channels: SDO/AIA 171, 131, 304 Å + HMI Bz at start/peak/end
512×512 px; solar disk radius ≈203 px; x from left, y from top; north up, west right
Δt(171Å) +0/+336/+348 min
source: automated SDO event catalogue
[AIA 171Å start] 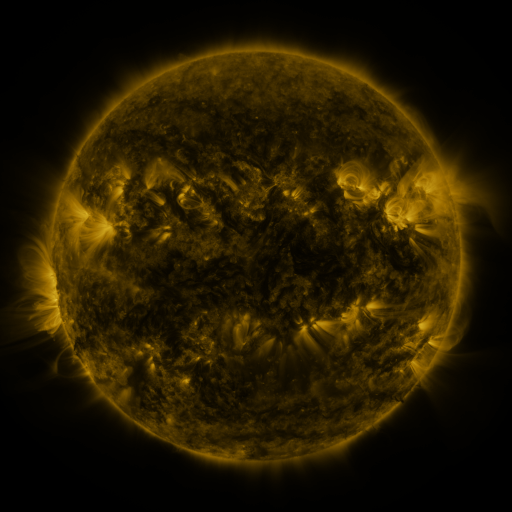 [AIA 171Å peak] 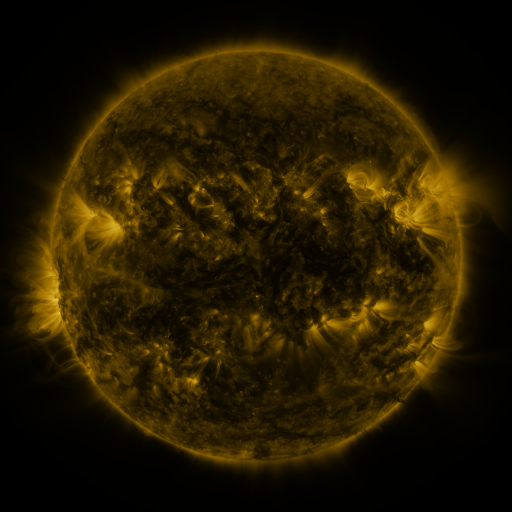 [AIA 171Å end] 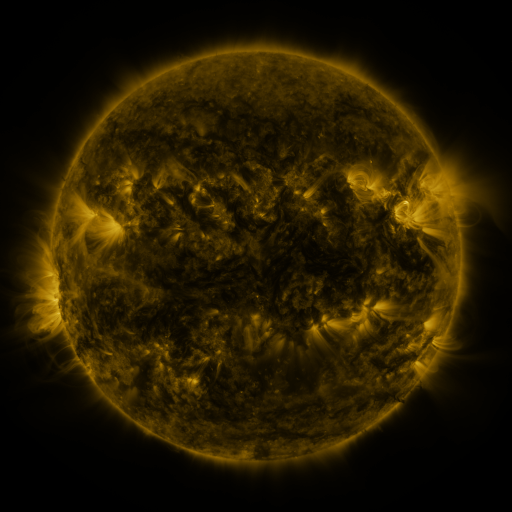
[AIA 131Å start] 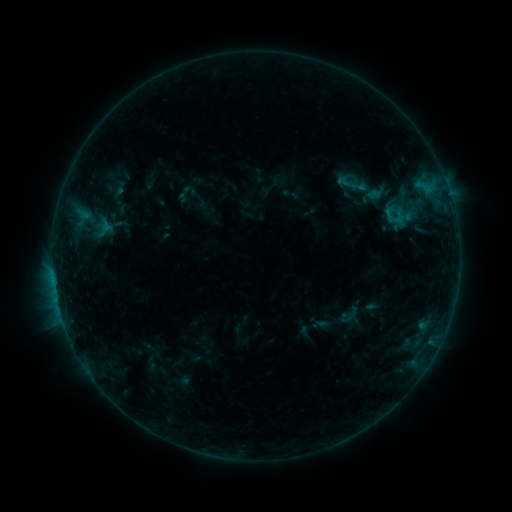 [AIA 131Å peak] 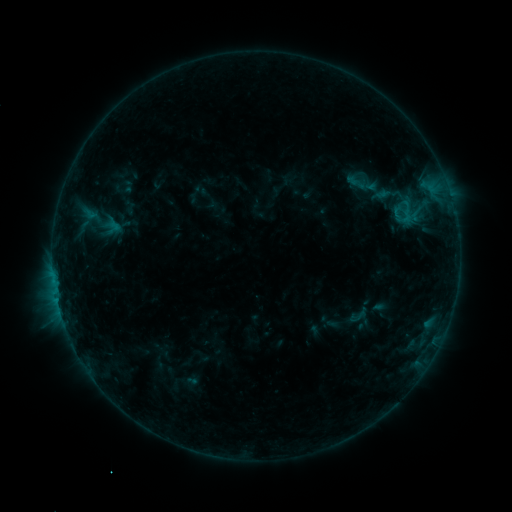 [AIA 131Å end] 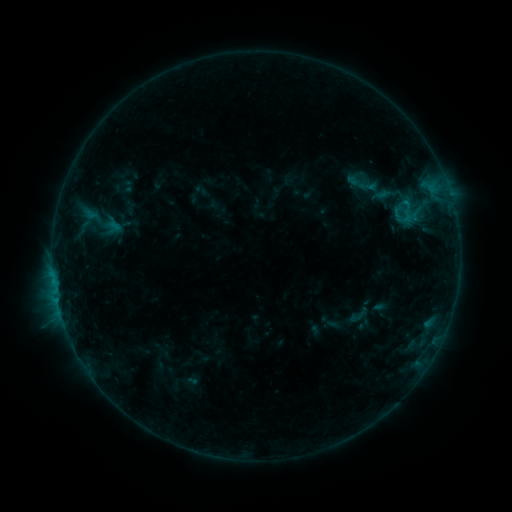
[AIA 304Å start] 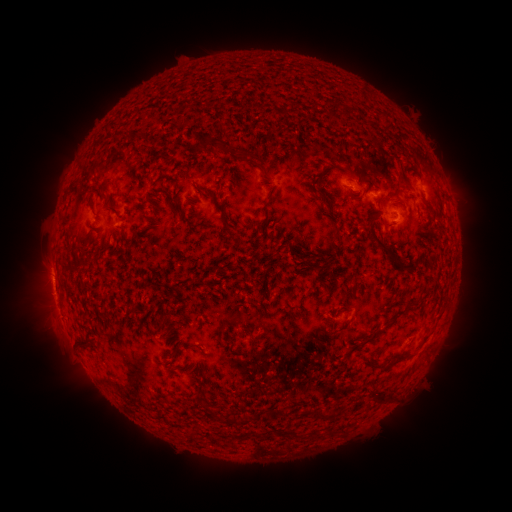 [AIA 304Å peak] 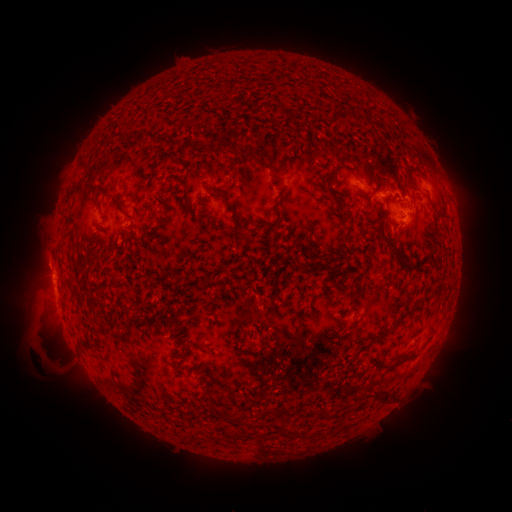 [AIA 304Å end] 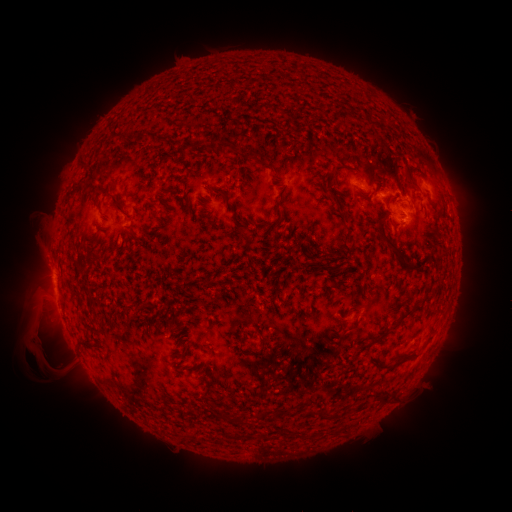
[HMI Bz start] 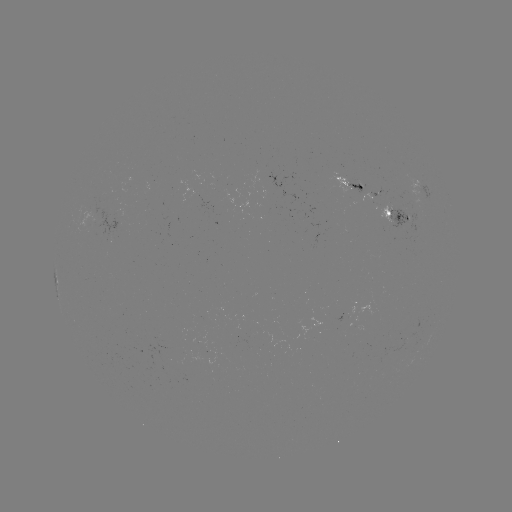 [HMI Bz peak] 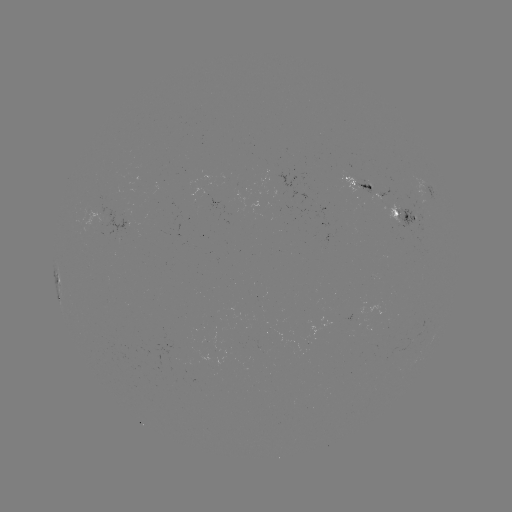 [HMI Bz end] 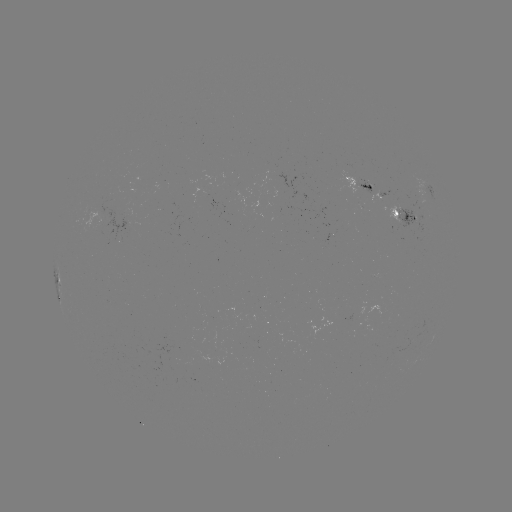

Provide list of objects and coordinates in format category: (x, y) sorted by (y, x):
emerging-flux region: (391, 210)
